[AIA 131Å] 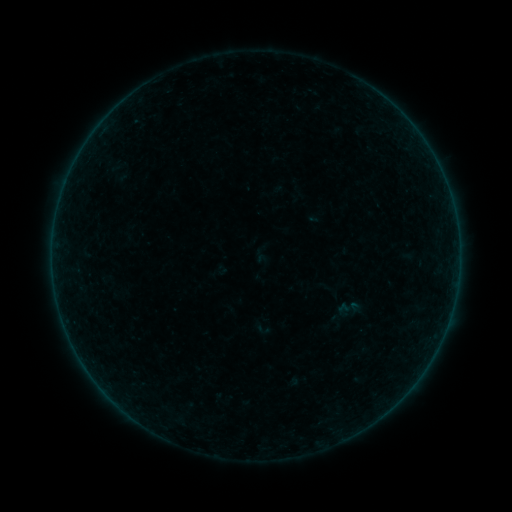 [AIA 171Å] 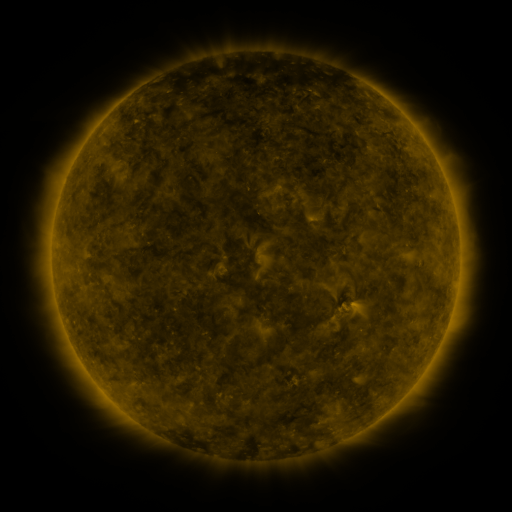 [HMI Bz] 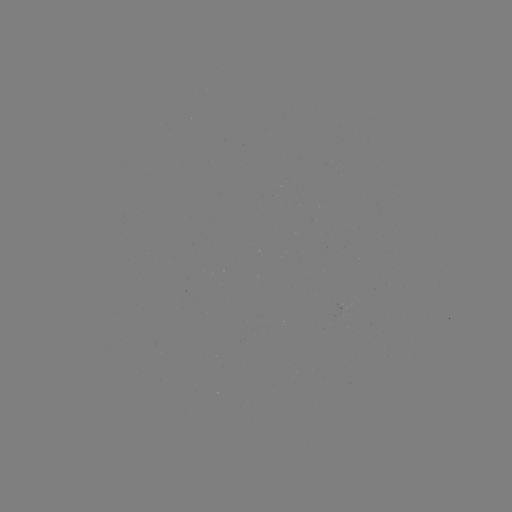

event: sigmoid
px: (349, 309)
